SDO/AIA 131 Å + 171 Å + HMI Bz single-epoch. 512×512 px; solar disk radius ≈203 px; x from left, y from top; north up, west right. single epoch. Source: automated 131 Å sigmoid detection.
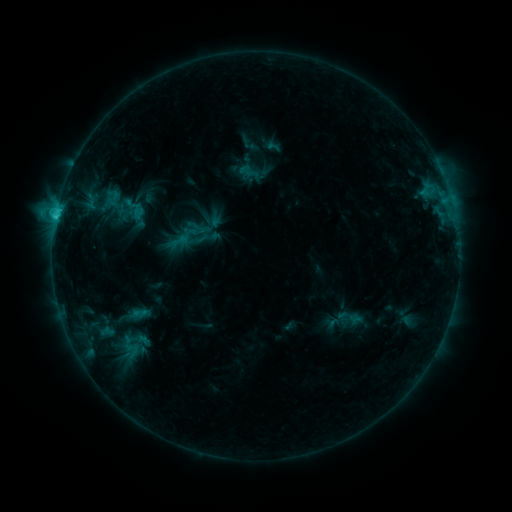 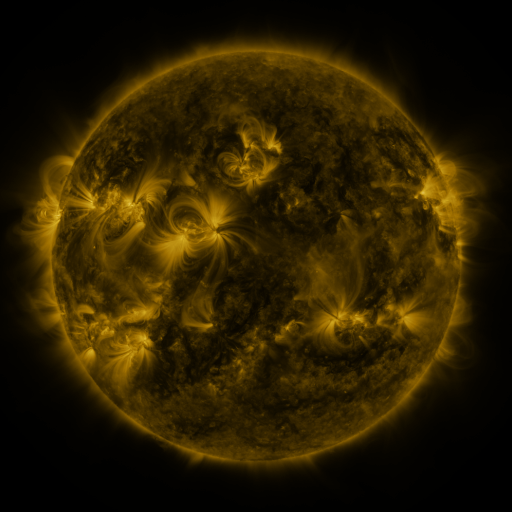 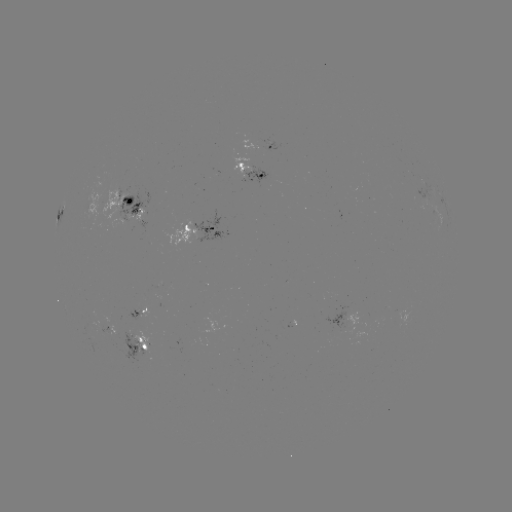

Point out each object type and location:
sigmoid: (134, 208)
